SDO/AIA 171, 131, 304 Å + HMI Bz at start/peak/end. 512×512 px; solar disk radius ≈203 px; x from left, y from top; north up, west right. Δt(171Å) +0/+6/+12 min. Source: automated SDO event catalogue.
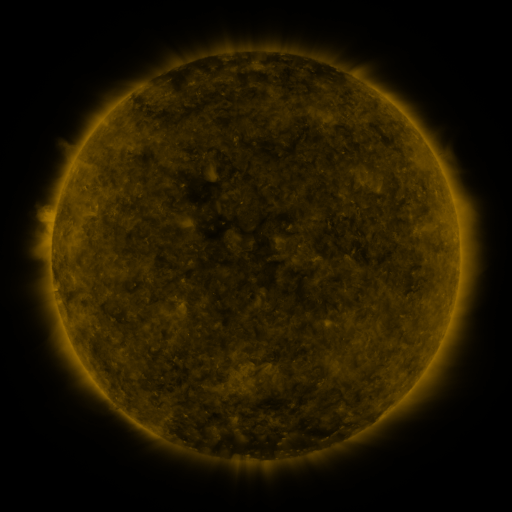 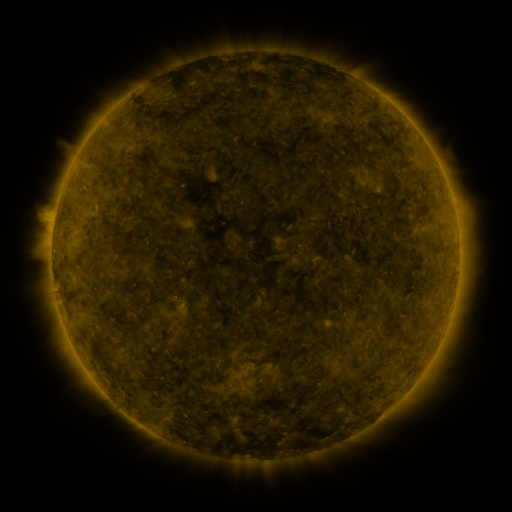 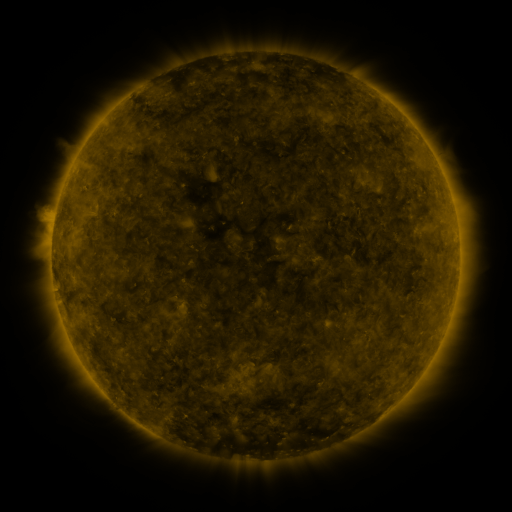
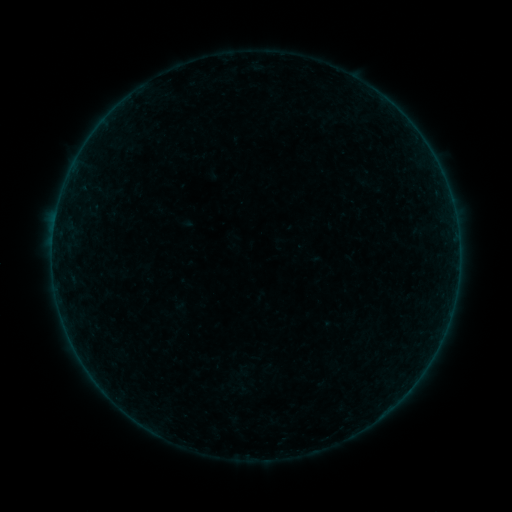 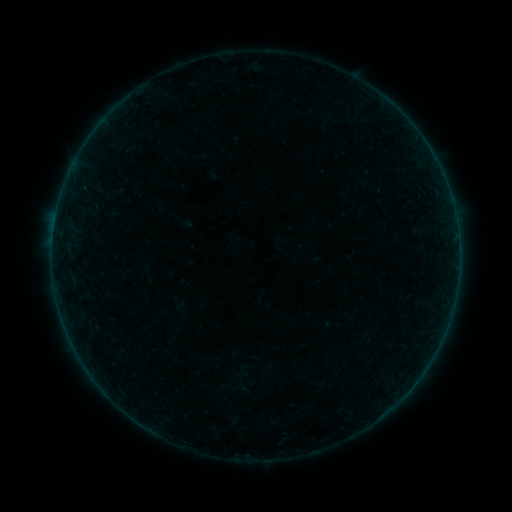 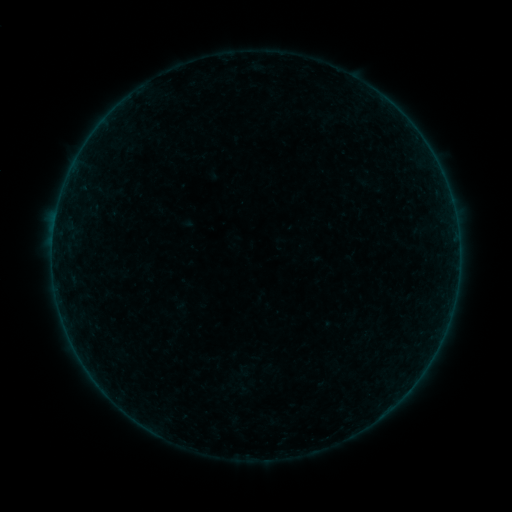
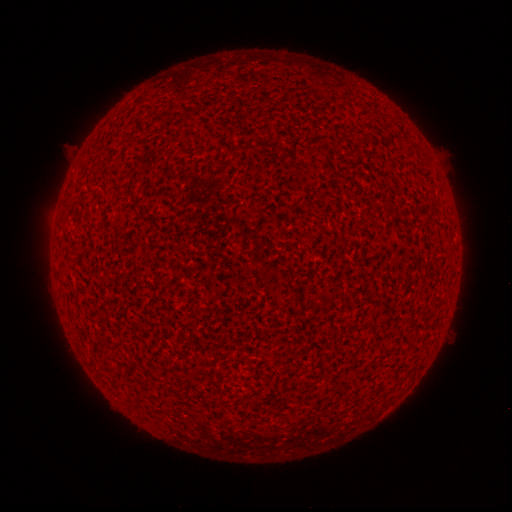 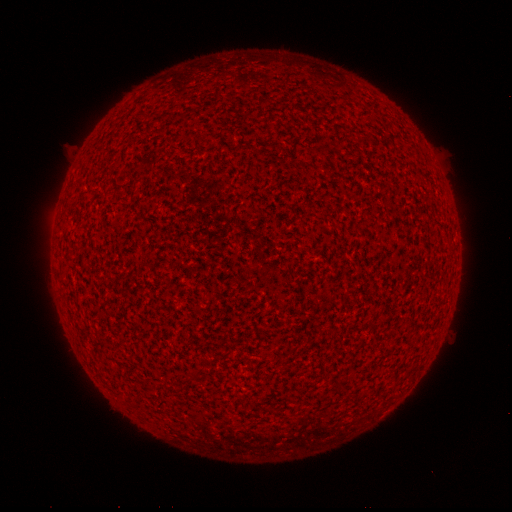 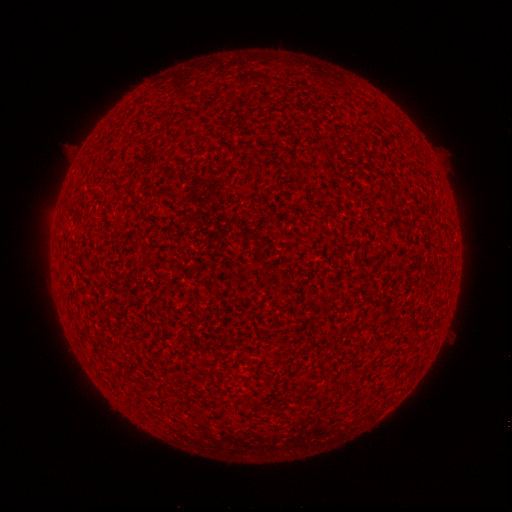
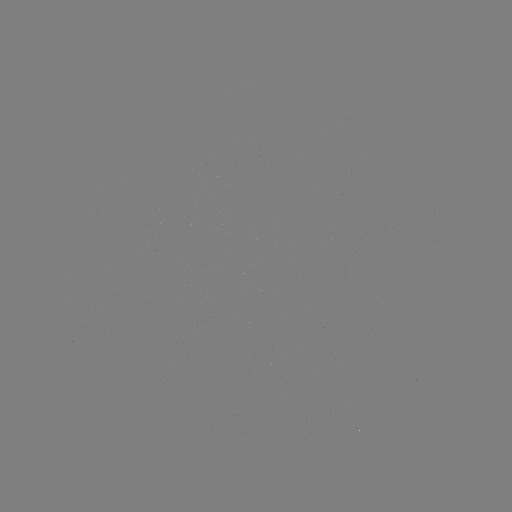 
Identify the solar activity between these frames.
A1.1 flare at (56, 216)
